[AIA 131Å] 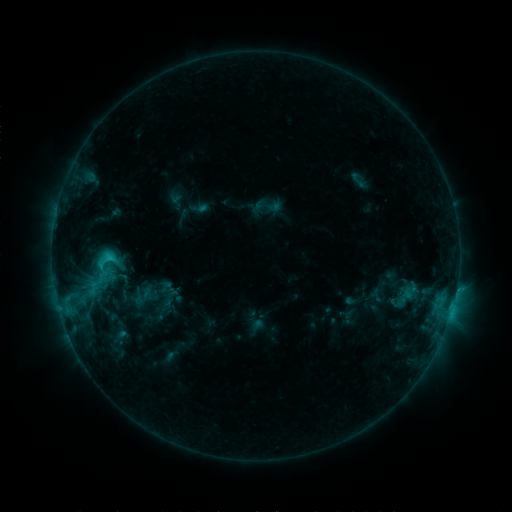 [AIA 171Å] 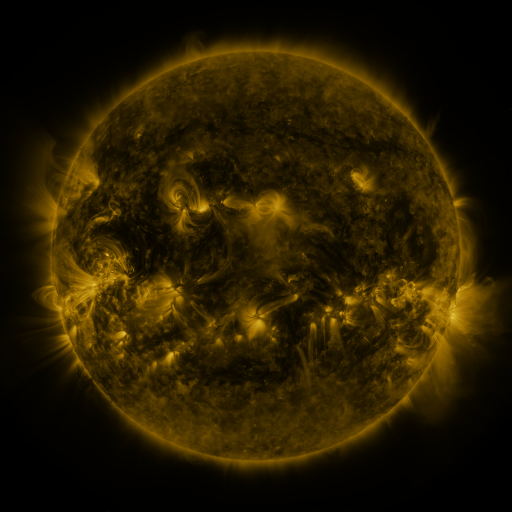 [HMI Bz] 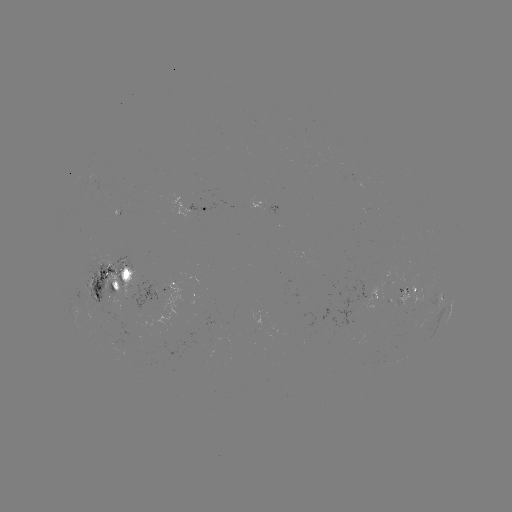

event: sigmoid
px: (107, 262)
